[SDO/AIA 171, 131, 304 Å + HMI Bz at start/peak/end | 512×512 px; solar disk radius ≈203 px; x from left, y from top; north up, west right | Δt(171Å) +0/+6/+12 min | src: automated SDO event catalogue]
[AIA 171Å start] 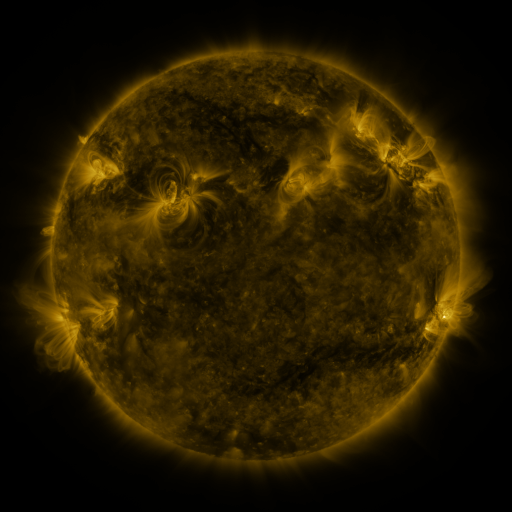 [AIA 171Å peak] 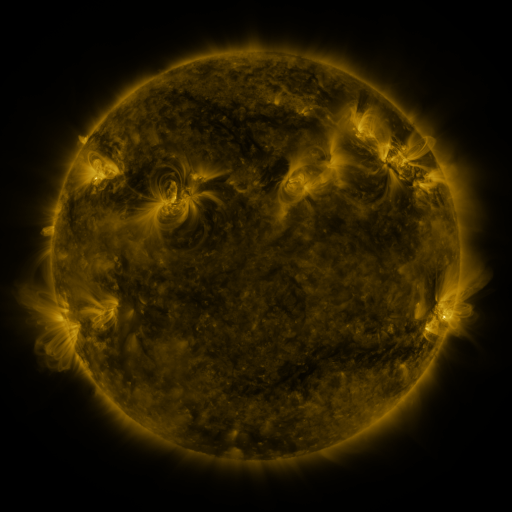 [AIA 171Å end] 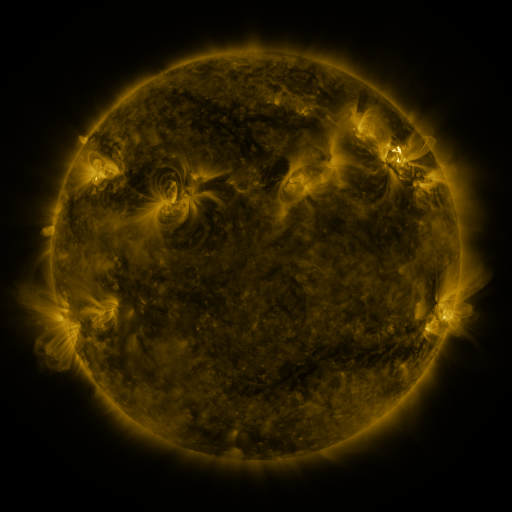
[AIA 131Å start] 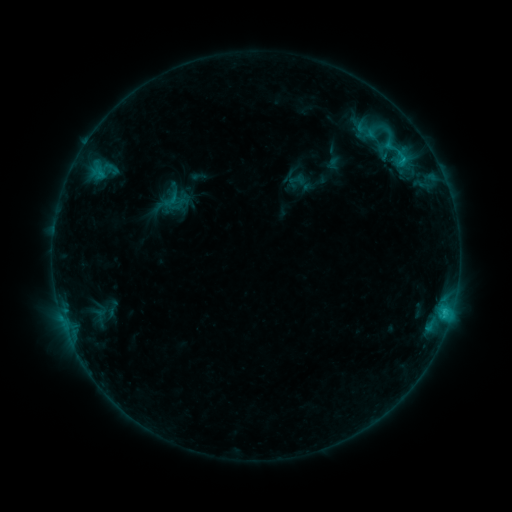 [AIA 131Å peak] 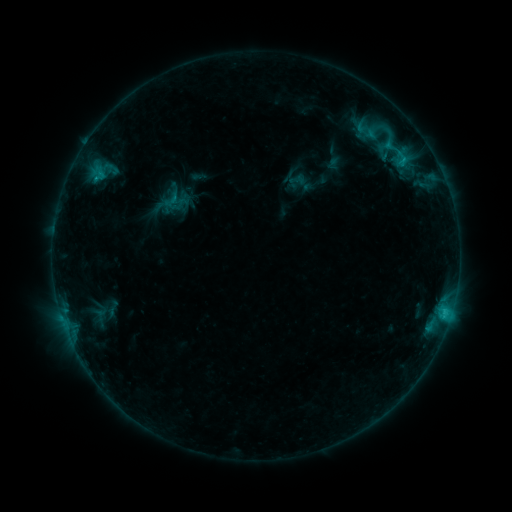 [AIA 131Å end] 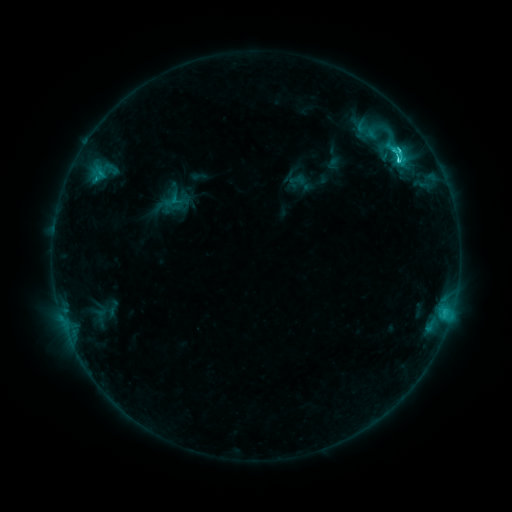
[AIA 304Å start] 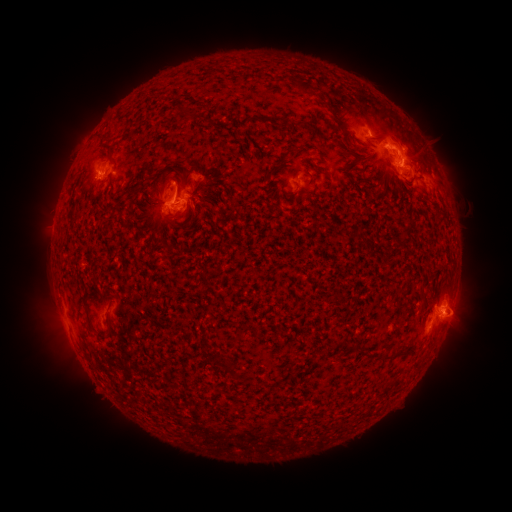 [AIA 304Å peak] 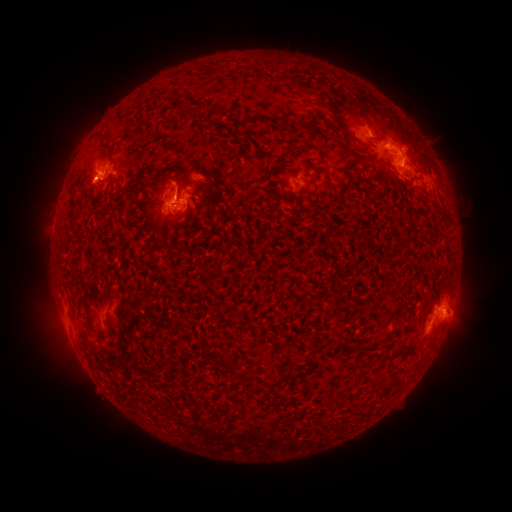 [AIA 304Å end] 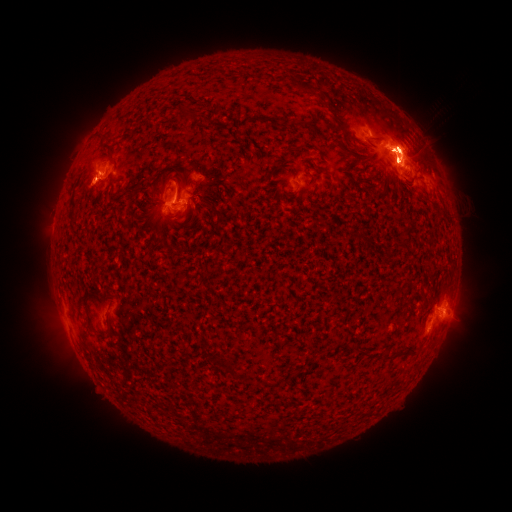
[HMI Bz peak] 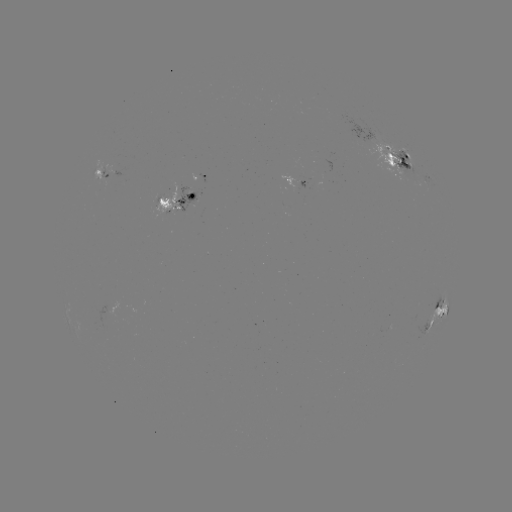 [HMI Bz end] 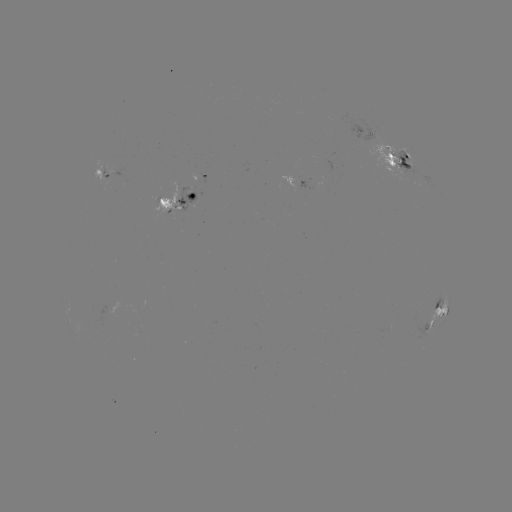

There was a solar flare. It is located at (445, 309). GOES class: M1.8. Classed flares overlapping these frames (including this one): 1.